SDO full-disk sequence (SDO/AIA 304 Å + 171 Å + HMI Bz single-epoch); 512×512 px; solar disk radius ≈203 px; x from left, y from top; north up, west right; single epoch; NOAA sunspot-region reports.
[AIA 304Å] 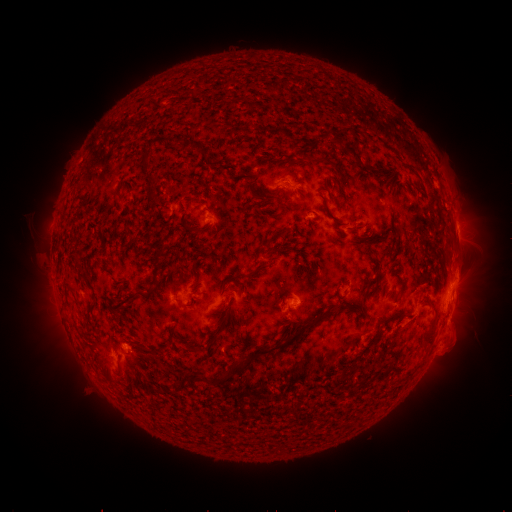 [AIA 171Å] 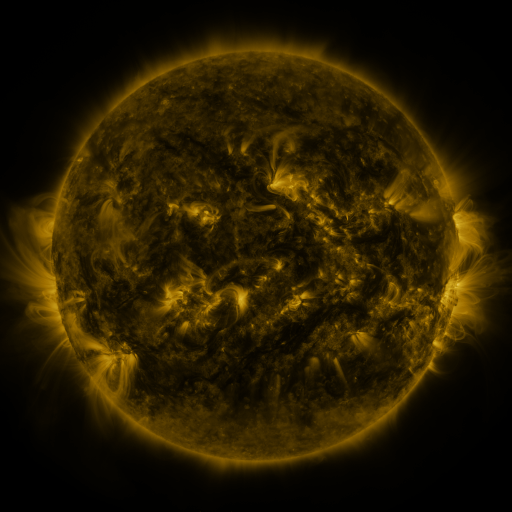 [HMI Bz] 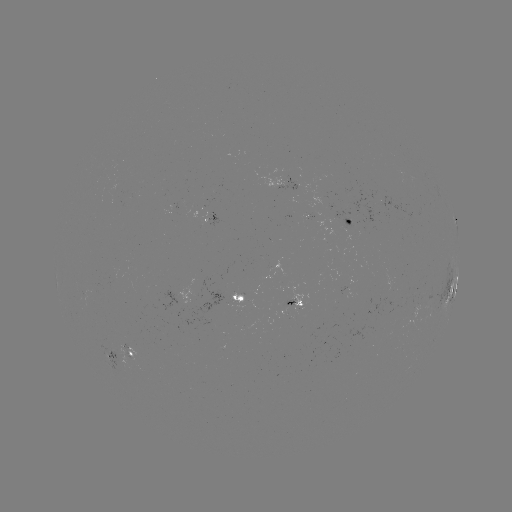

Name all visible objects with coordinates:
spotted active region: (360, 214)
spotted active region: (456, 226)
spotted active region: (454, 289)
spotted active region: (245, 296)
spotted active region: (299, 304)
spotted active region: (130, 351)
